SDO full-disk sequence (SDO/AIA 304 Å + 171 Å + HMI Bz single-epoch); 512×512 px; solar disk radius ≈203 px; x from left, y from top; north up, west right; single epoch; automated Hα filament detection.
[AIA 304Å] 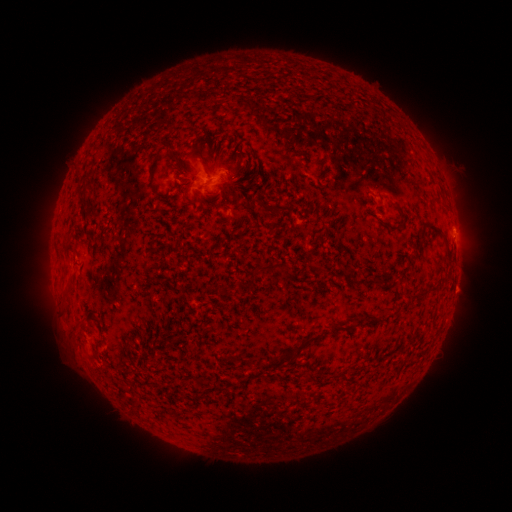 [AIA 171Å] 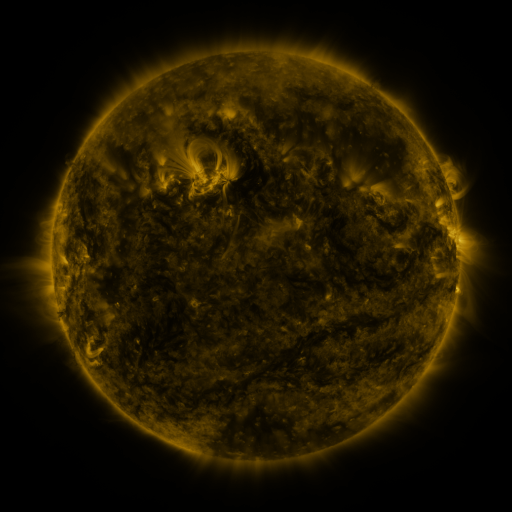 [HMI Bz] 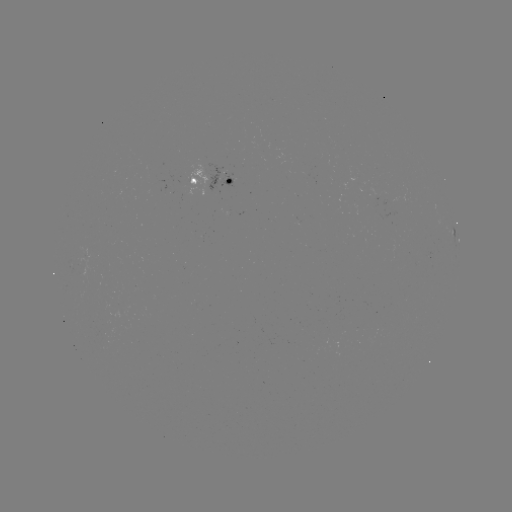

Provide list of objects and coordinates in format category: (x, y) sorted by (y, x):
filament: (198, 153)
filament: (267, 206)
filament: (445, 239)
filament: (263, 267)
filament: (422, 294)
filament: (335, 326)
filament: (302, 347)
